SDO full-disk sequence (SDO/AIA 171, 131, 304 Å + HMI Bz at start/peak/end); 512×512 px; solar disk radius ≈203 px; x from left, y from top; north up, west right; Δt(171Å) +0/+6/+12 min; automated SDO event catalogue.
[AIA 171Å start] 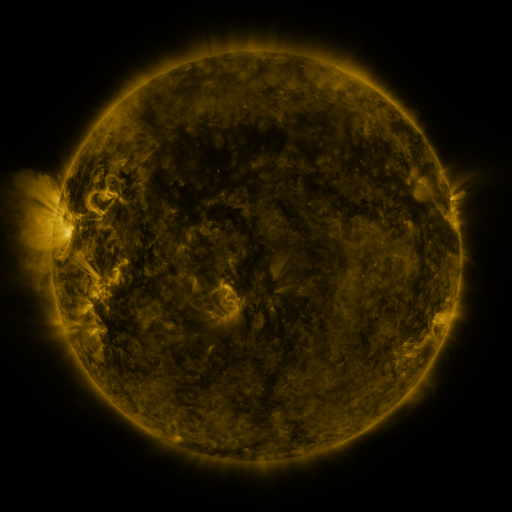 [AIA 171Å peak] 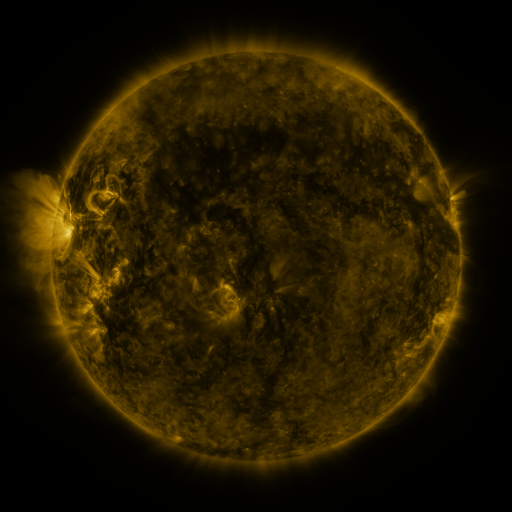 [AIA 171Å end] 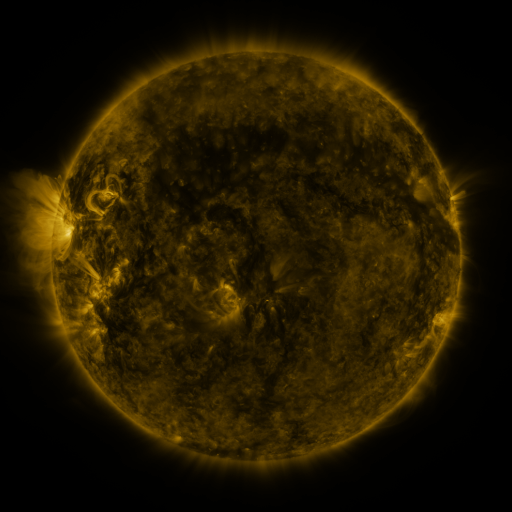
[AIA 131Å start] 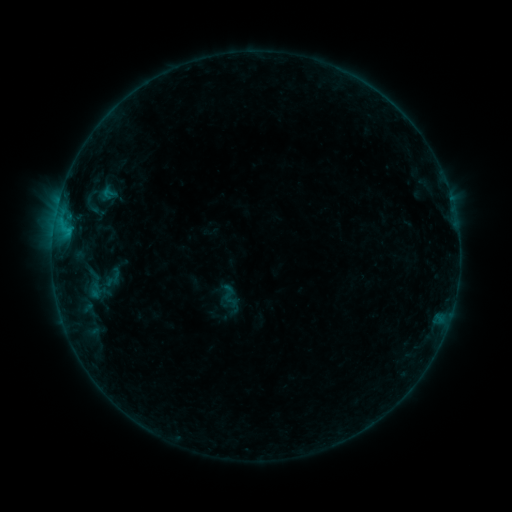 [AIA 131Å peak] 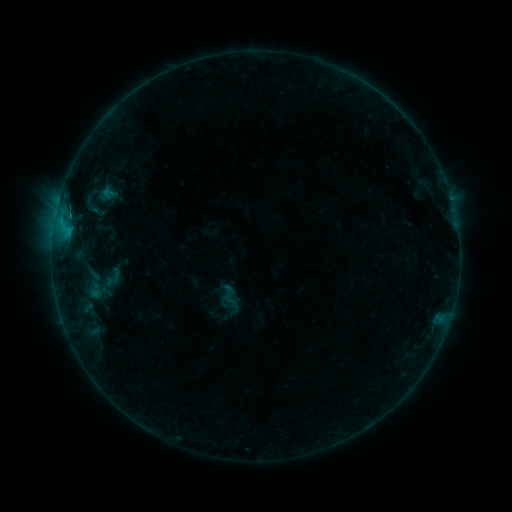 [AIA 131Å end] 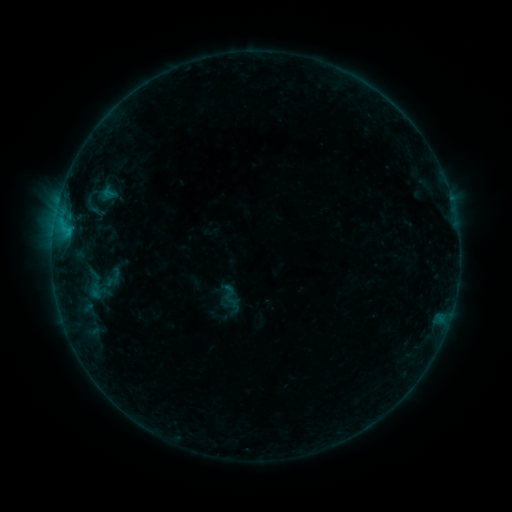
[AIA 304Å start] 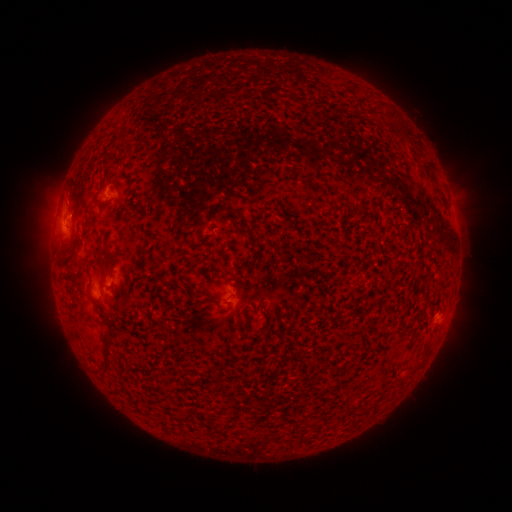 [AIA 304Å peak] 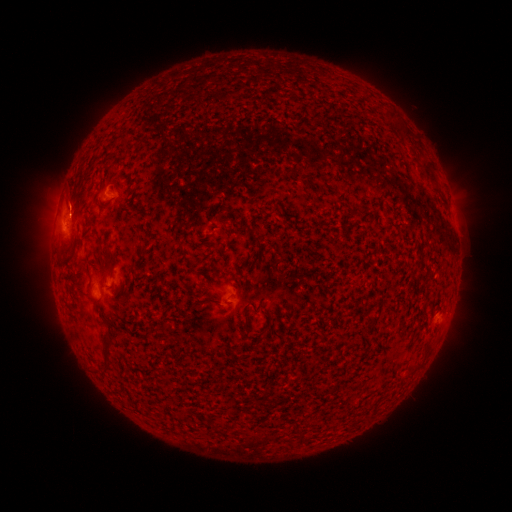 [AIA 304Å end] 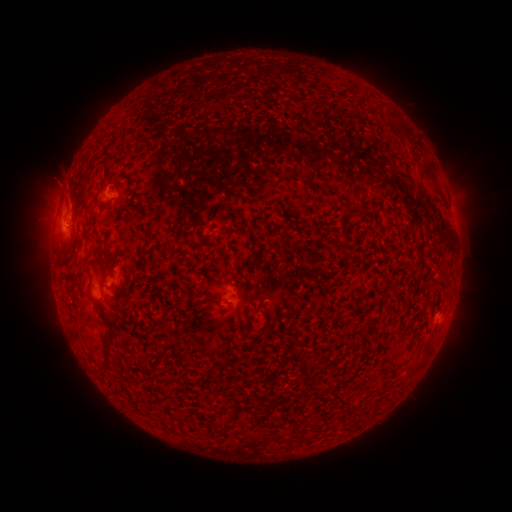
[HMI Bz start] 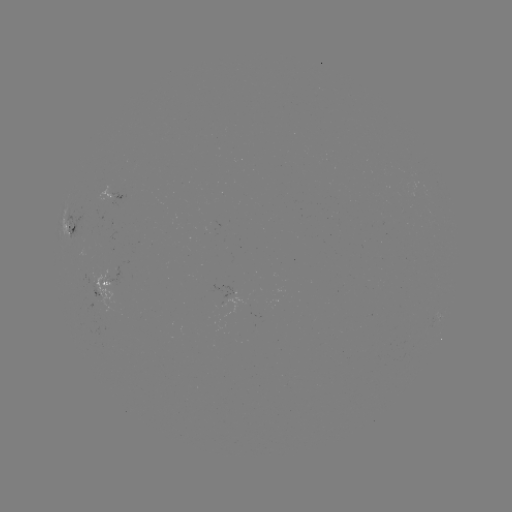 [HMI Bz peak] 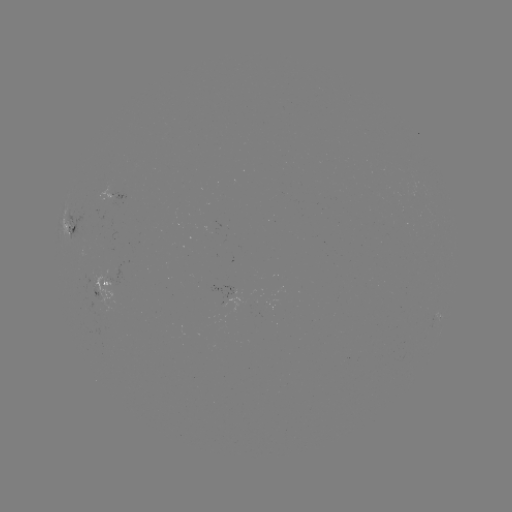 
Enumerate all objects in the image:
eruption: (67, 197)
